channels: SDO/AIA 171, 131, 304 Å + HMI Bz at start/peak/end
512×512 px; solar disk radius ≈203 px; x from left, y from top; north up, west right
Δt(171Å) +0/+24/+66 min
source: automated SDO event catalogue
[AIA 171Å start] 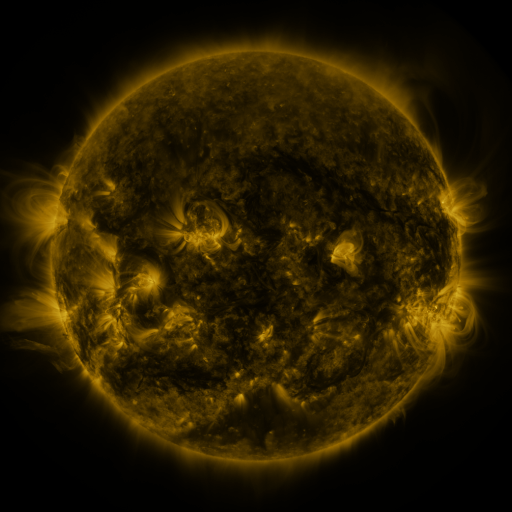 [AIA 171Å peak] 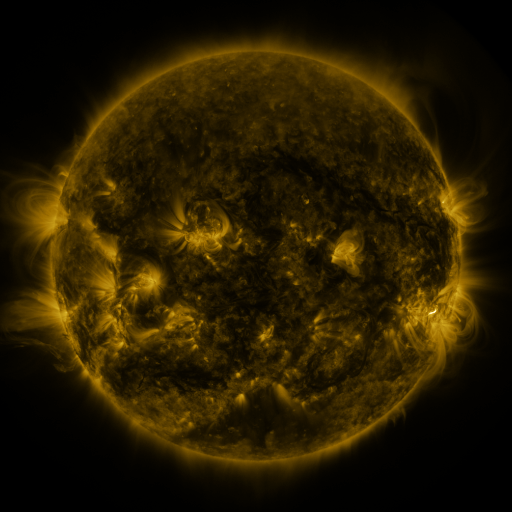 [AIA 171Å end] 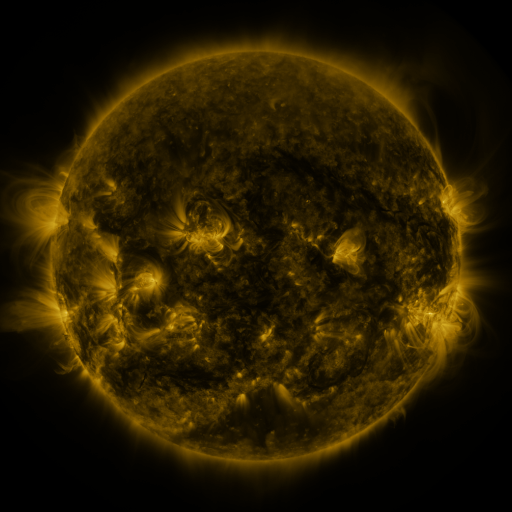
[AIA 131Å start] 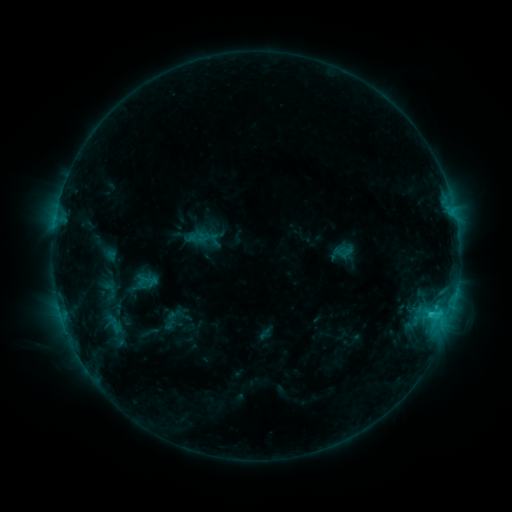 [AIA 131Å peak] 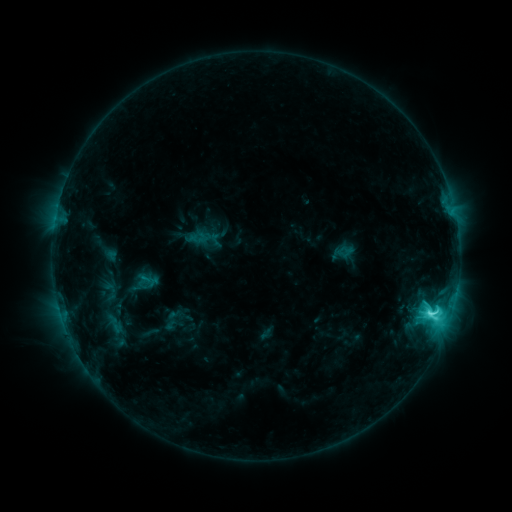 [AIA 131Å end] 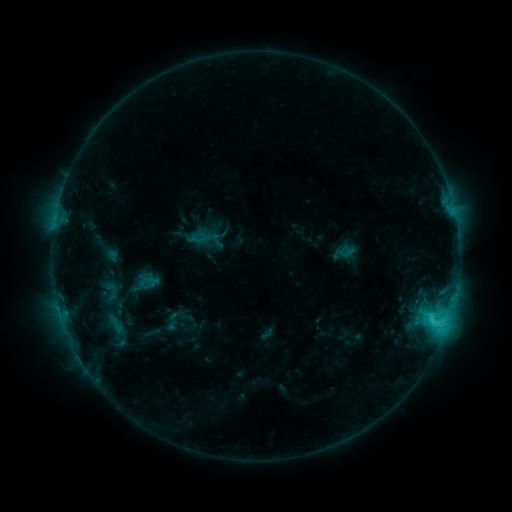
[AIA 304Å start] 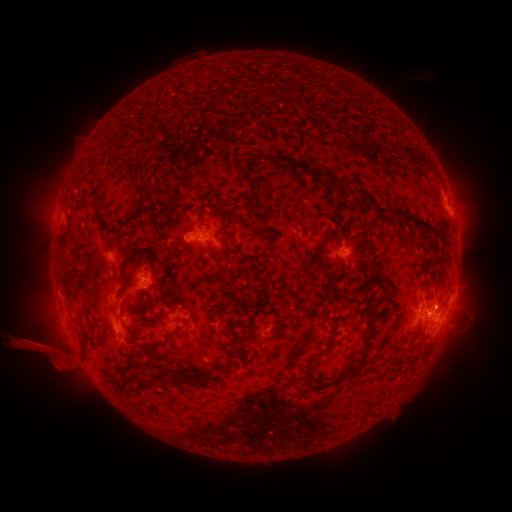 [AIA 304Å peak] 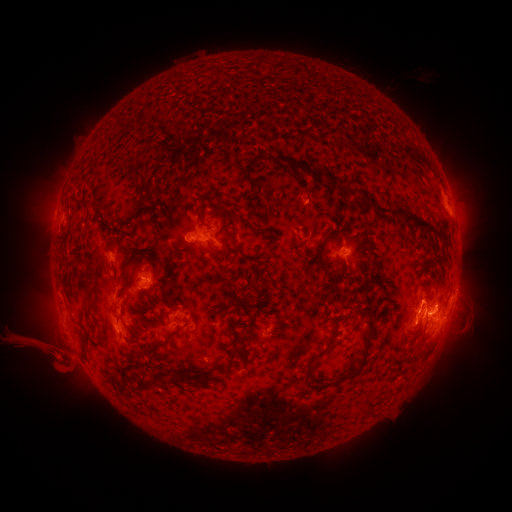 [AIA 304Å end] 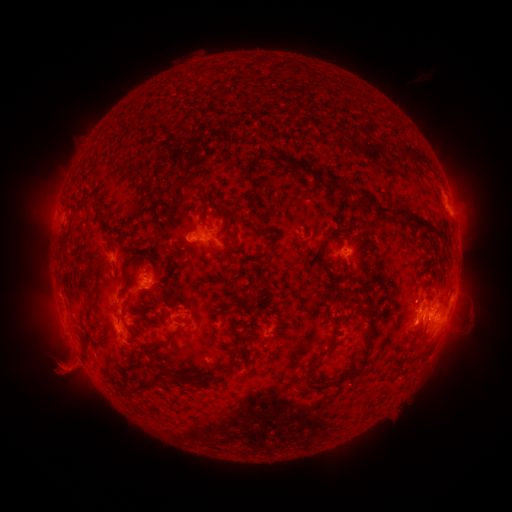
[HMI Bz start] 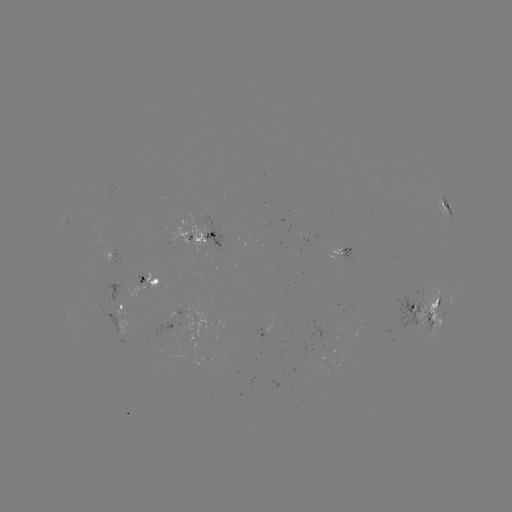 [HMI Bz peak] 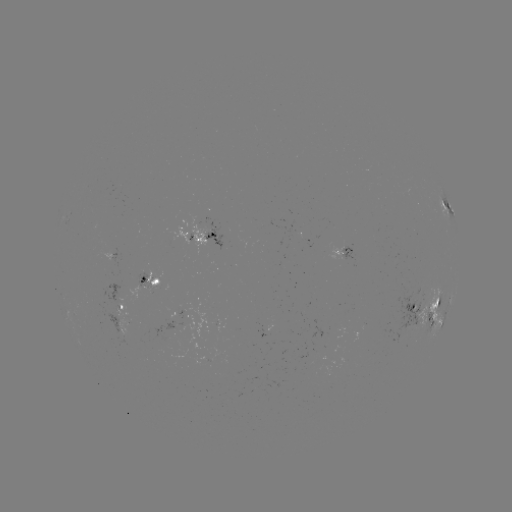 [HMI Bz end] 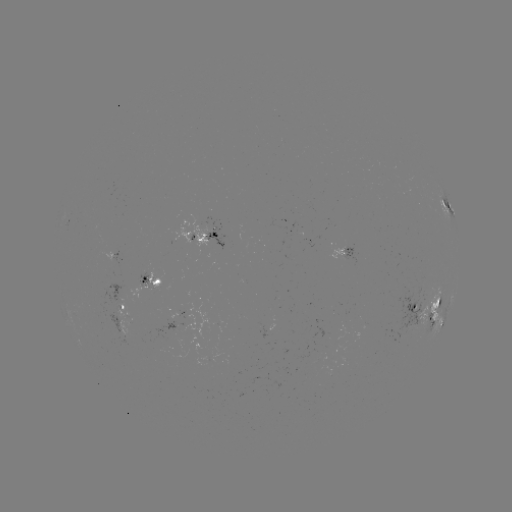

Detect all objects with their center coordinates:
C6.7 flare: (434, 308)
